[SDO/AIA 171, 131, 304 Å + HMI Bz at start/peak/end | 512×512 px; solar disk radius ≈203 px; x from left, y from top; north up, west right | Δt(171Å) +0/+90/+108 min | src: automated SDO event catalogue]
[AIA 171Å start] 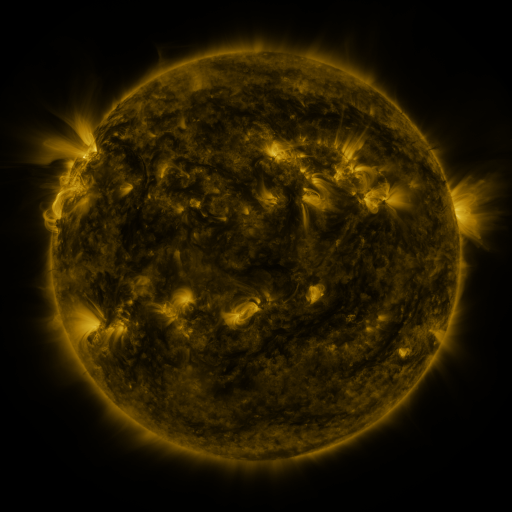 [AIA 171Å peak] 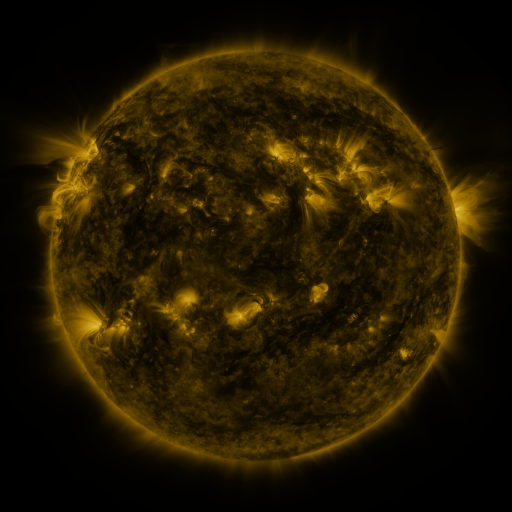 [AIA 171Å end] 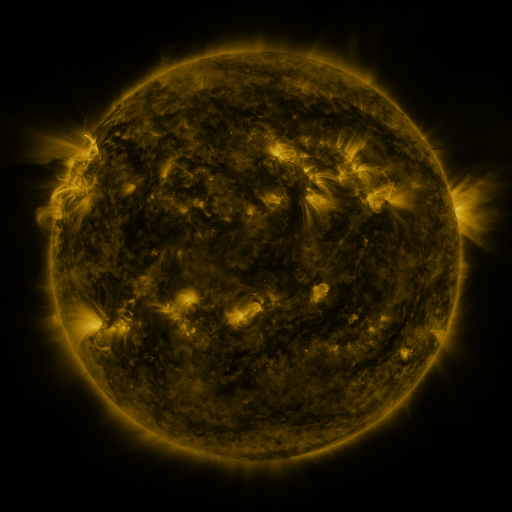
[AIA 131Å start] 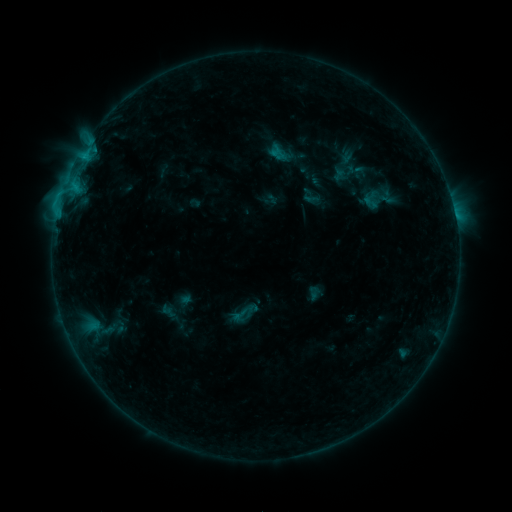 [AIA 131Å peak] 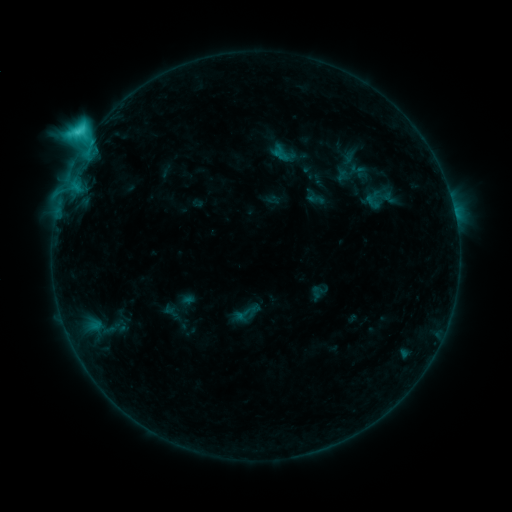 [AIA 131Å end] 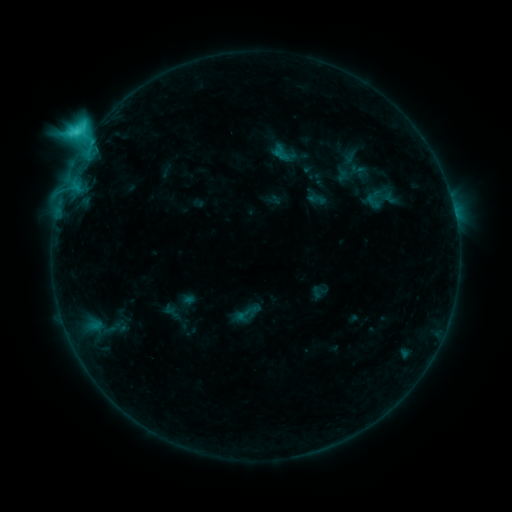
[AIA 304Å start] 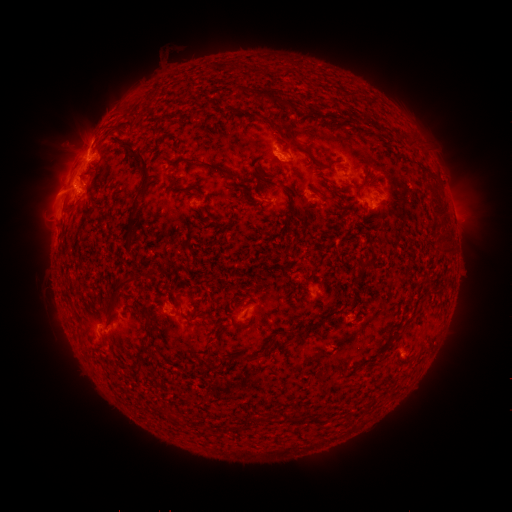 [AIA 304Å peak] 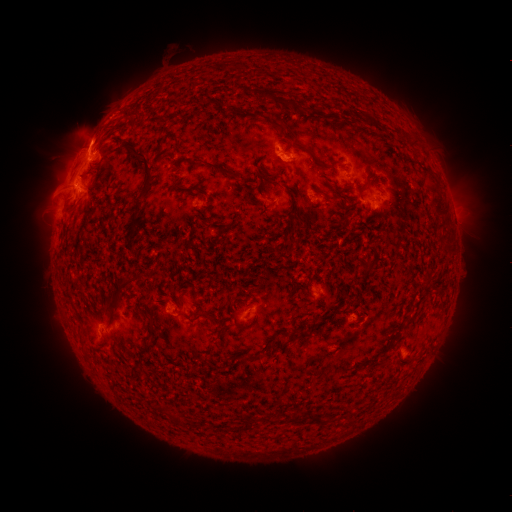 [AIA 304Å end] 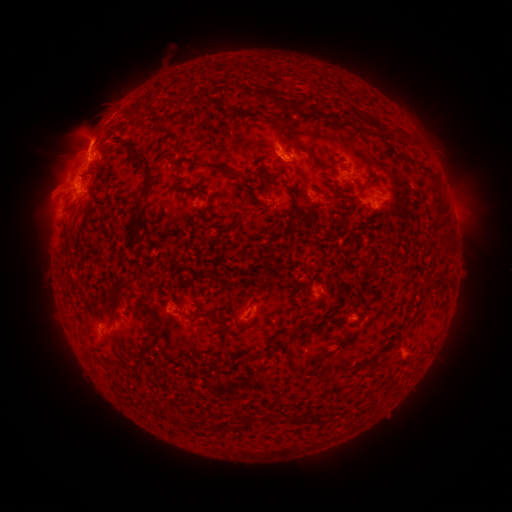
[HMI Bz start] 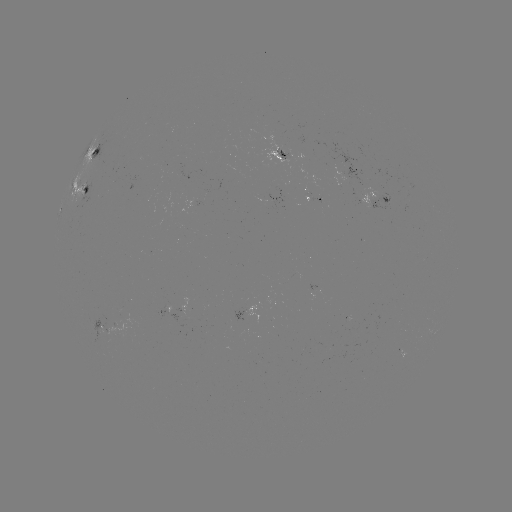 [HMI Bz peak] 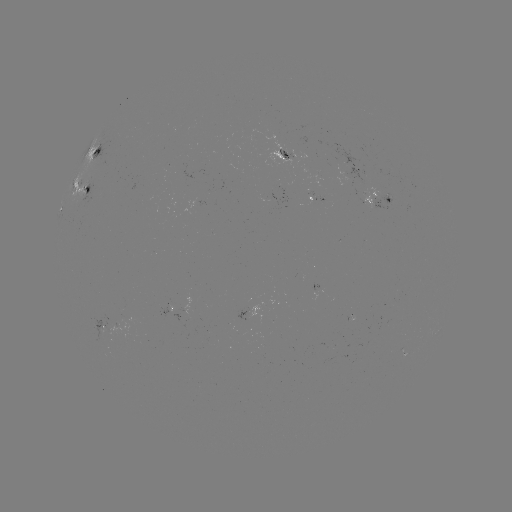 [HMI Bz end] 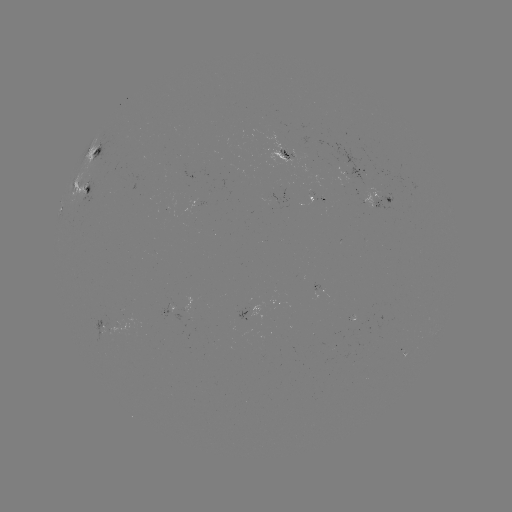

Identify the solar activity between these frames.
C6.2 flare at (87, 141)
